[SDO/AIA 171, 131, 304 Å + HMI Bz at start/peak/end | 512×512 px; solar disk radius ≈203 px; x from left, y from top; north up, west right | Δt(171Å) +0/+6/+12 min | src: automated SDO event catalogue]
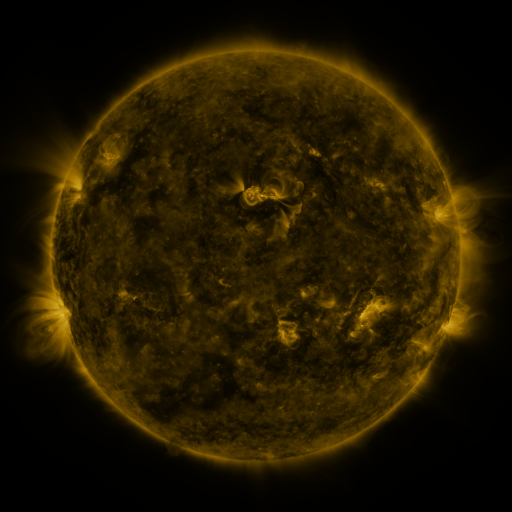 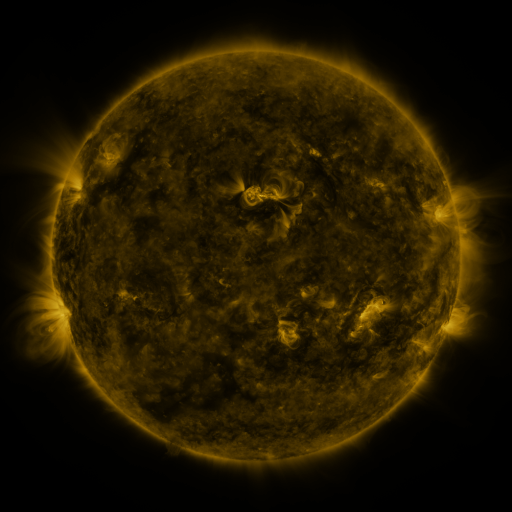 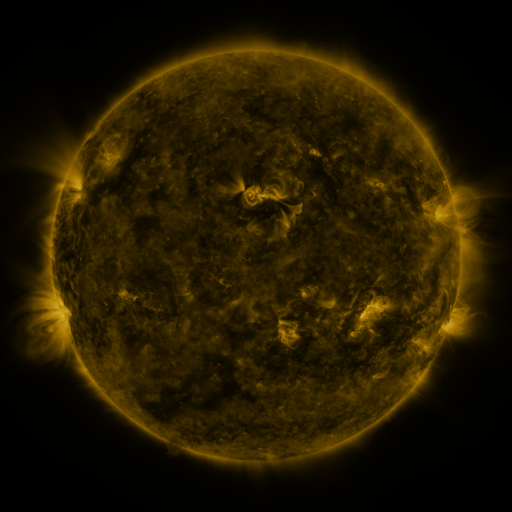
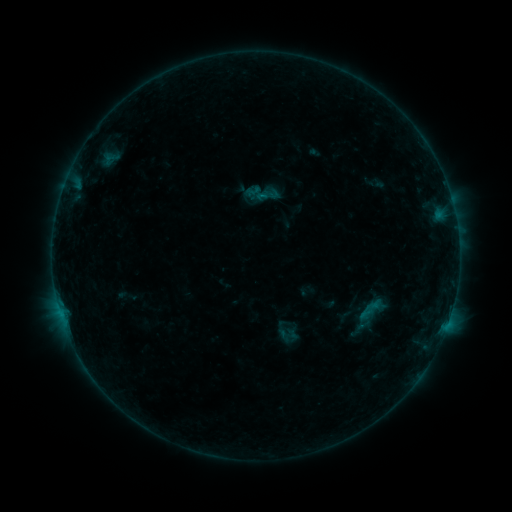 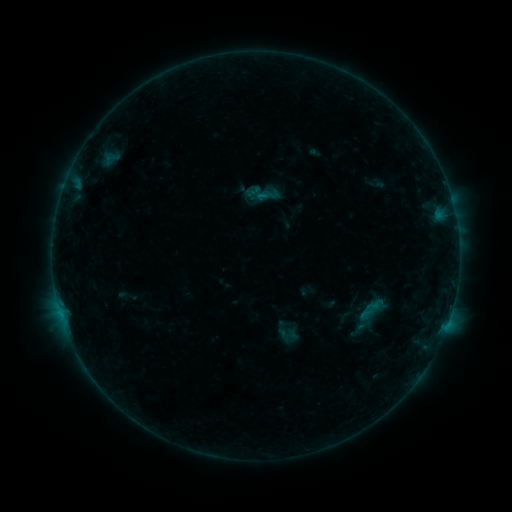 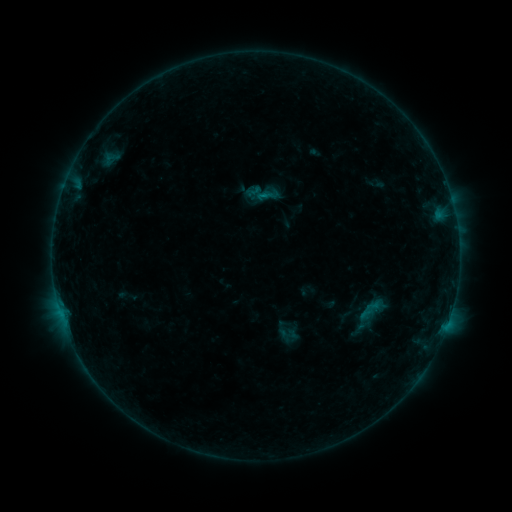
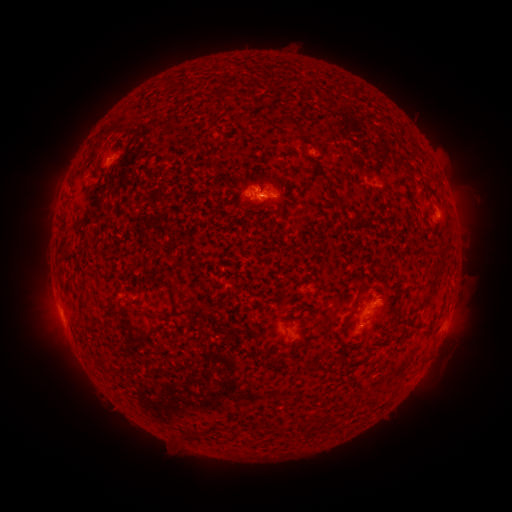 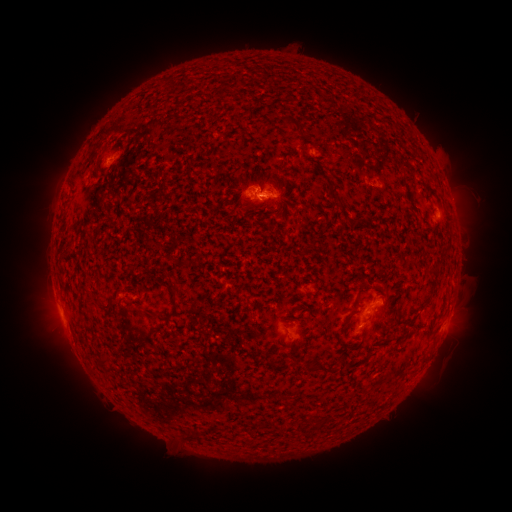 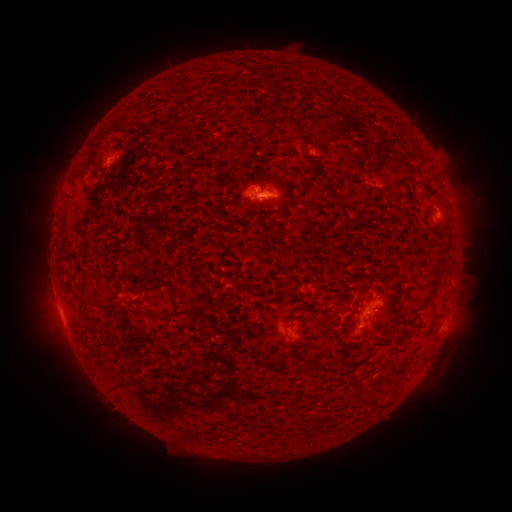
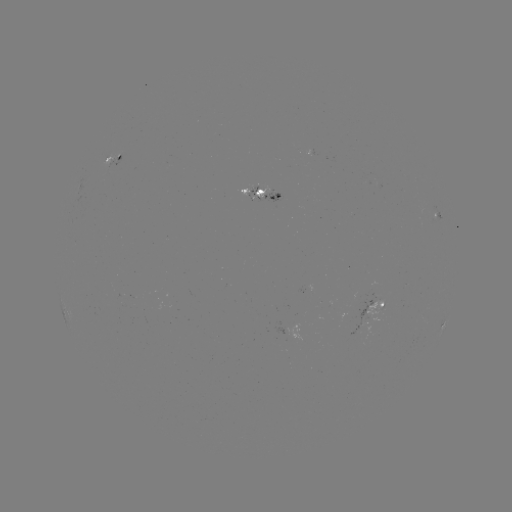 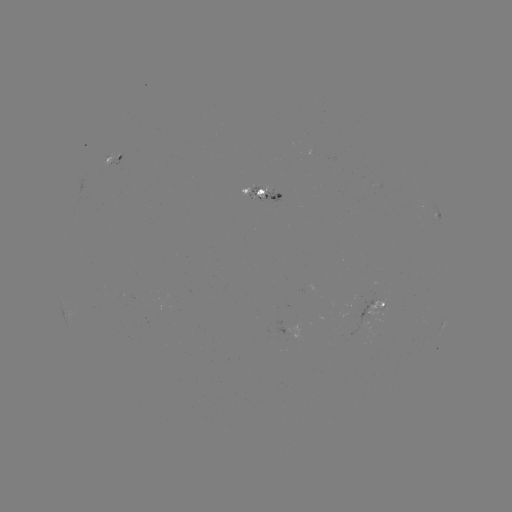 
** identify B4.1 flare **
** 378,301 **